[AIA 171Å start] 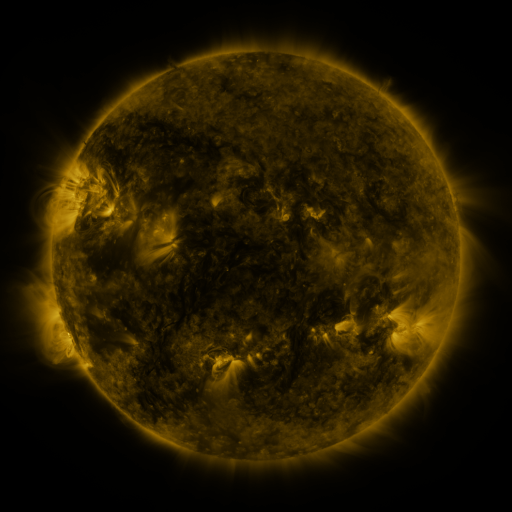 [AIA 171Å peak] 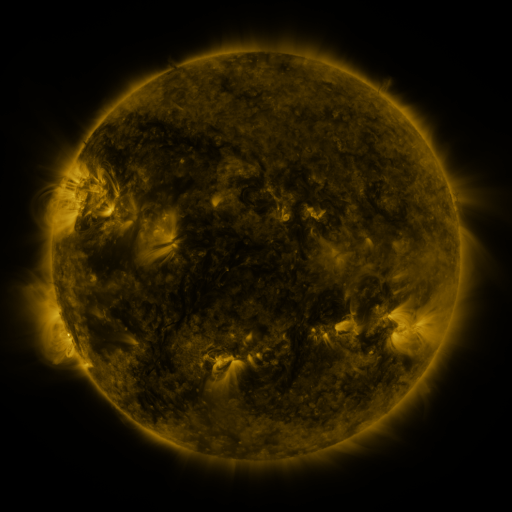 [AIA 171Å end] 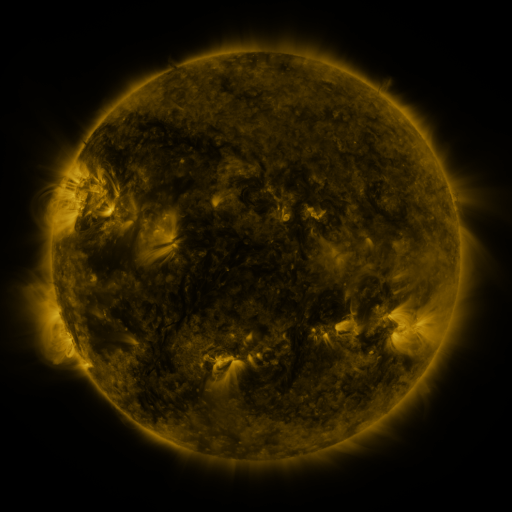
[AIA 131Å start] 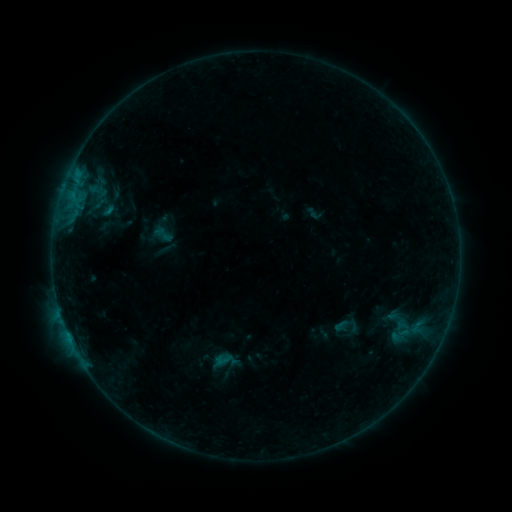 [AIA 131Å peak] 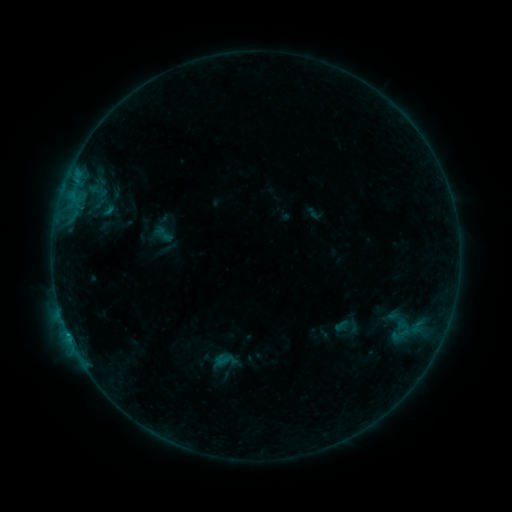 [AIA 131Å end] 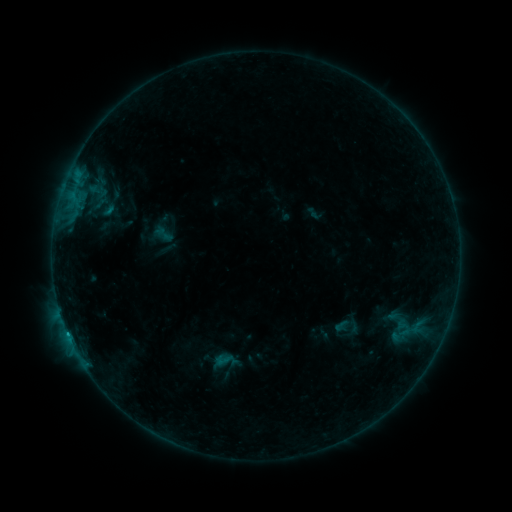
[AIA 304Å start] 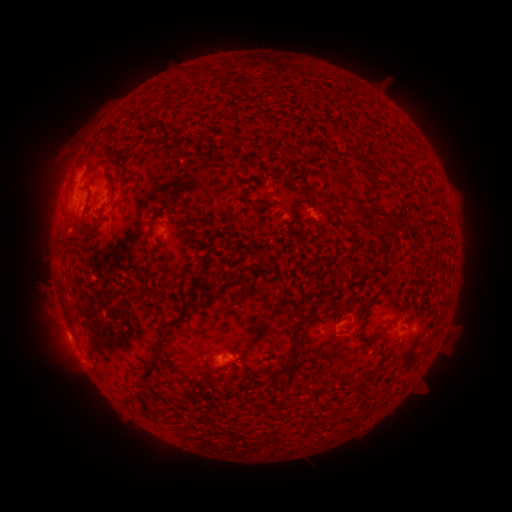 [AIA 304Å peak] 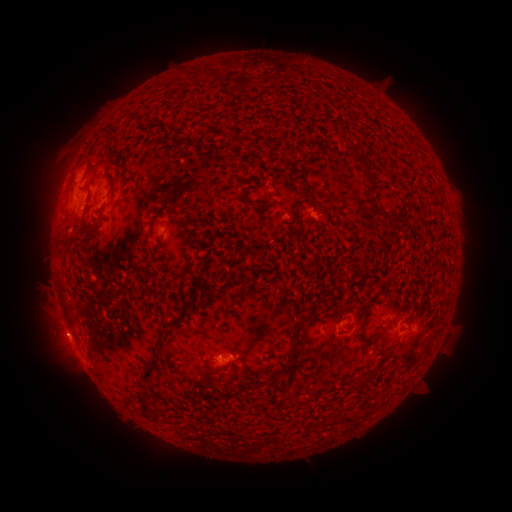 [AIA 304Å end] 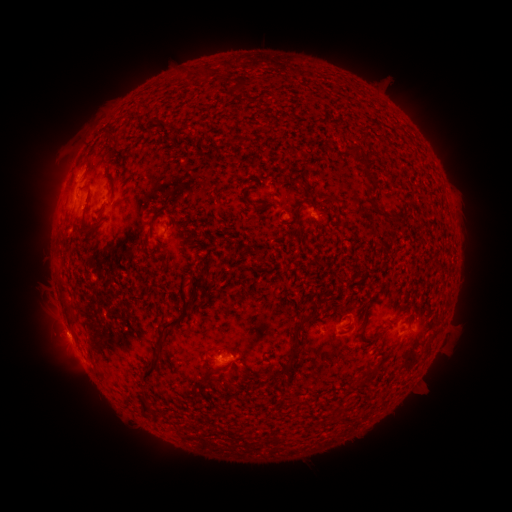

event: eruption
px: (57, 336)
